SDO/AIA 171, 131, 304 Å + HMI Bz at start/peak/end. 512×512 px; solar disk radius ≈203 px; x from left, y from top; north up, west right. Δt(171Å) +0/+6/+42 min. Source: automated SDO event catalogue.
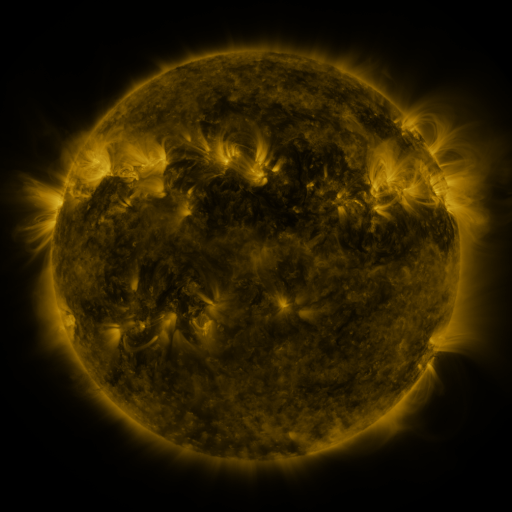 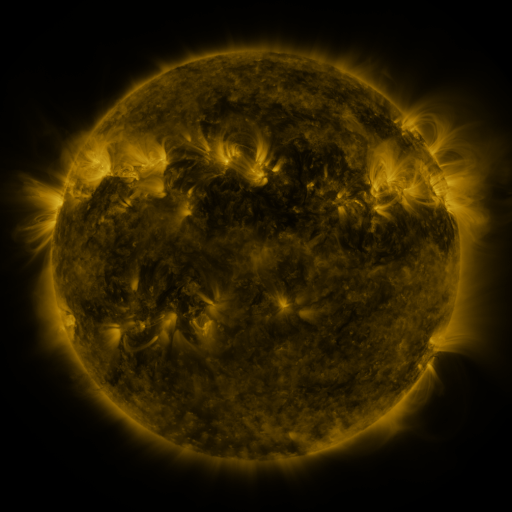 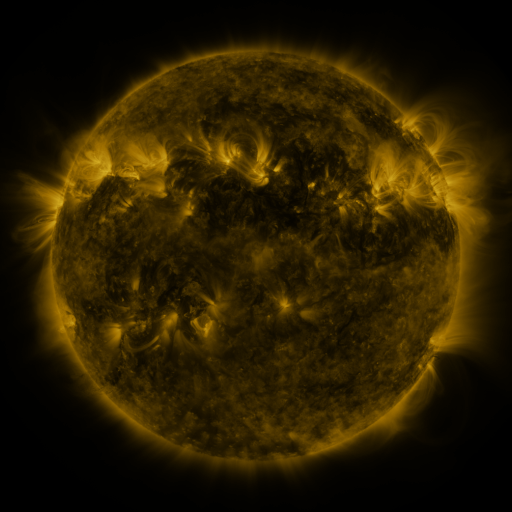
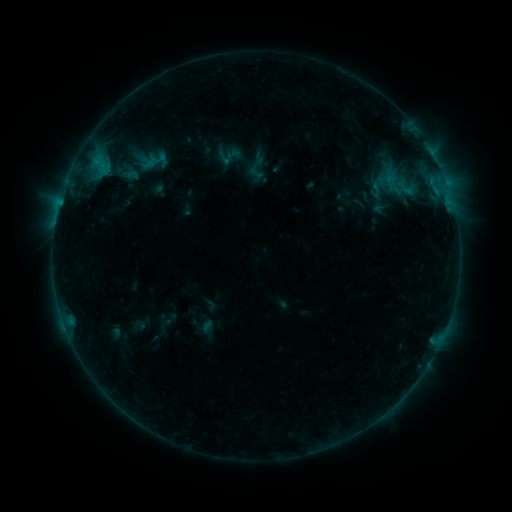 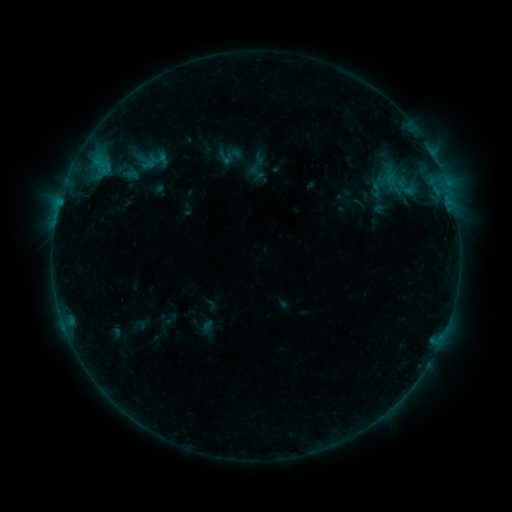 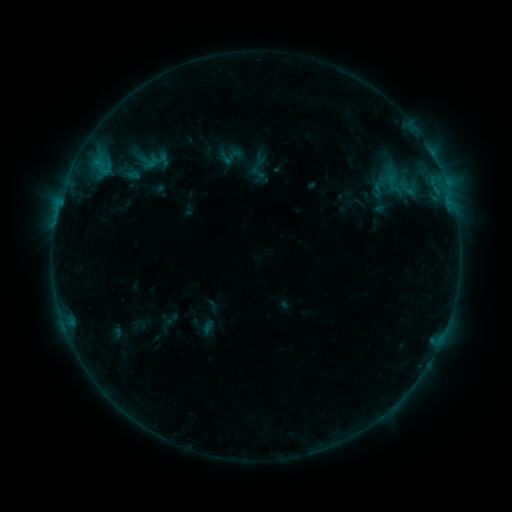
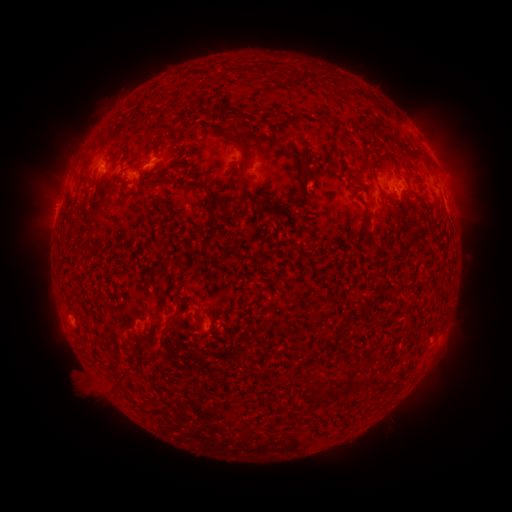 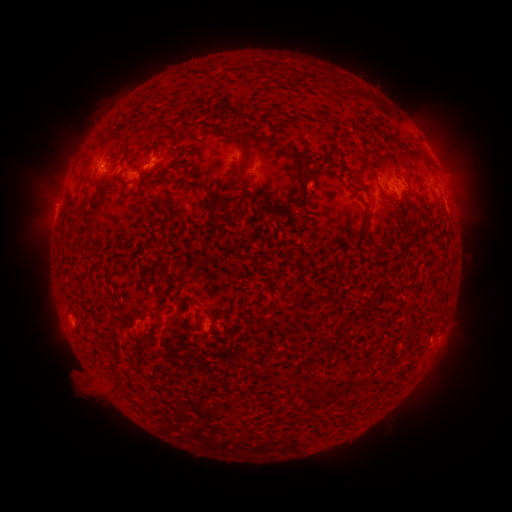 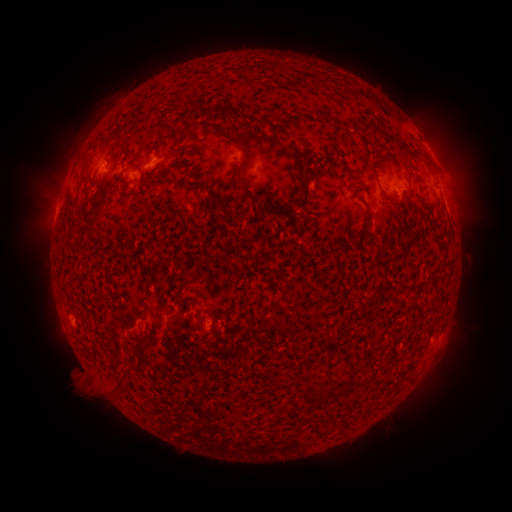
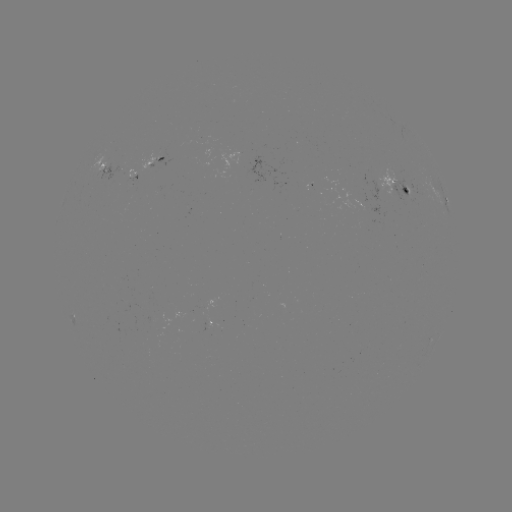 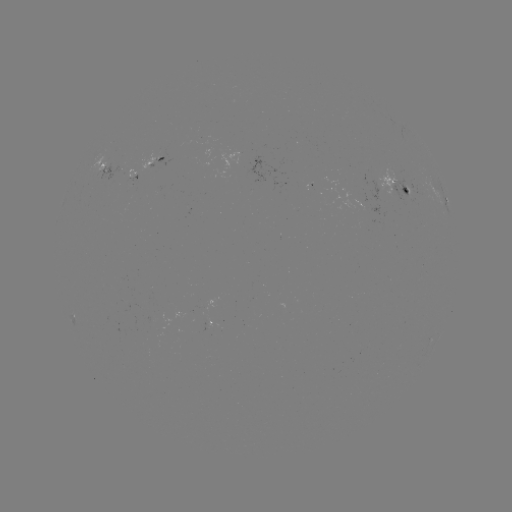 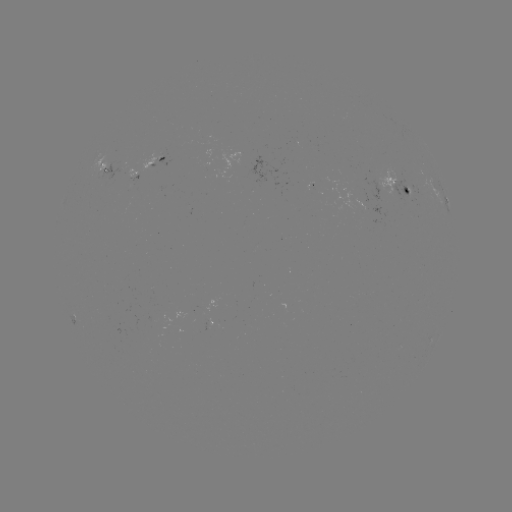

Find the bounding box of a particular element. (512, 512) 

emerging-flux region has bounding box [227, 152, 241, 164].